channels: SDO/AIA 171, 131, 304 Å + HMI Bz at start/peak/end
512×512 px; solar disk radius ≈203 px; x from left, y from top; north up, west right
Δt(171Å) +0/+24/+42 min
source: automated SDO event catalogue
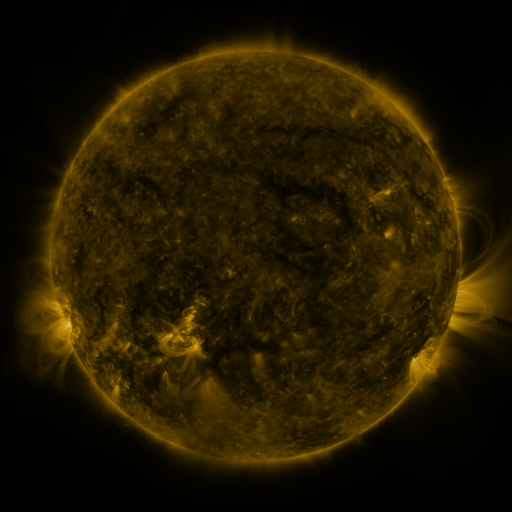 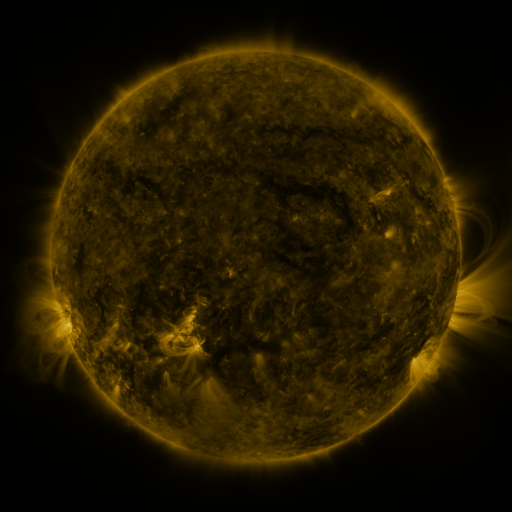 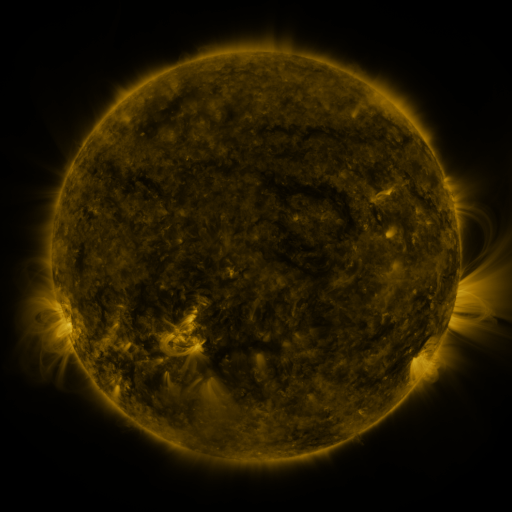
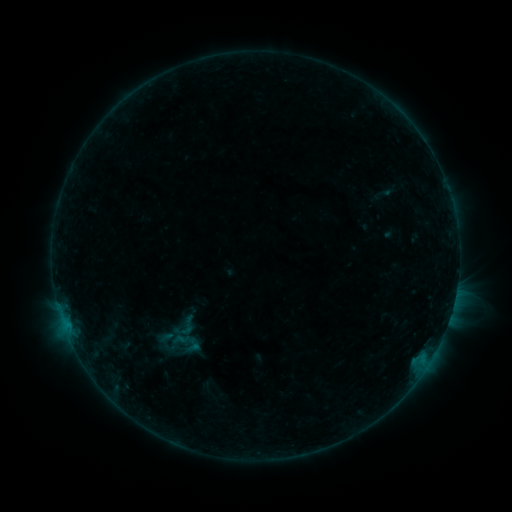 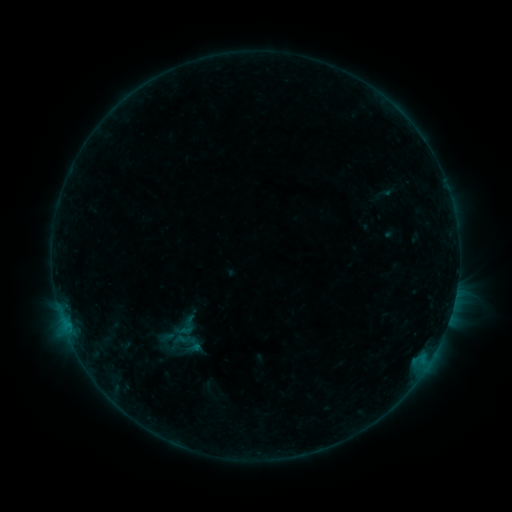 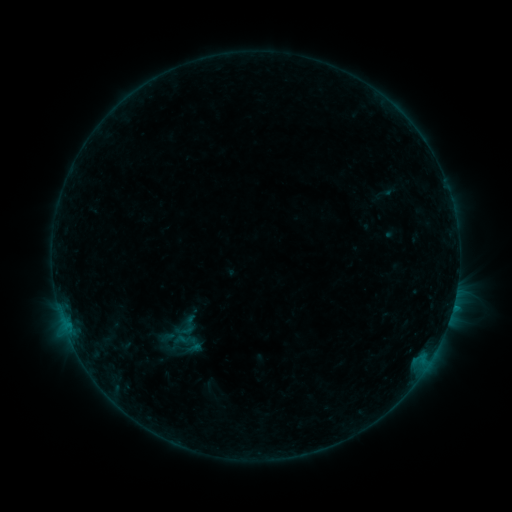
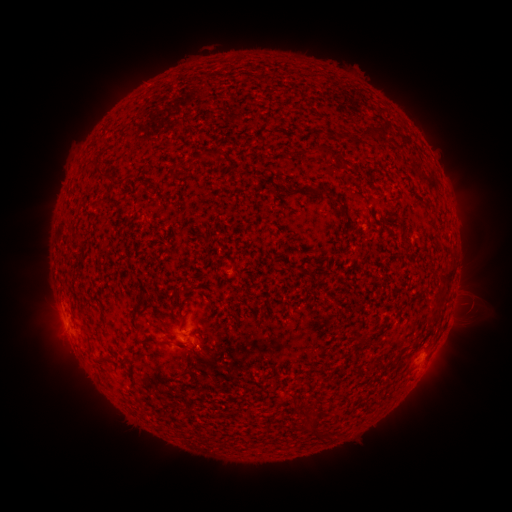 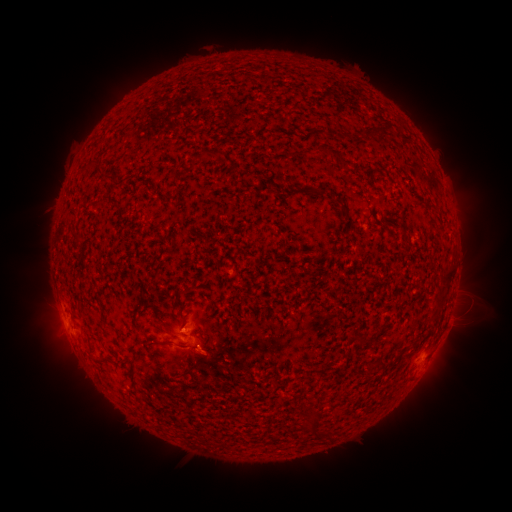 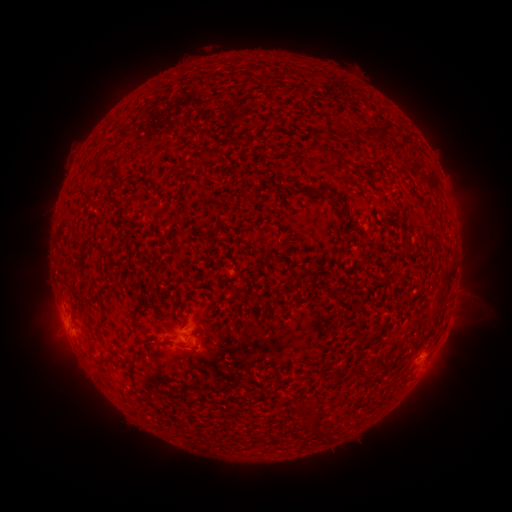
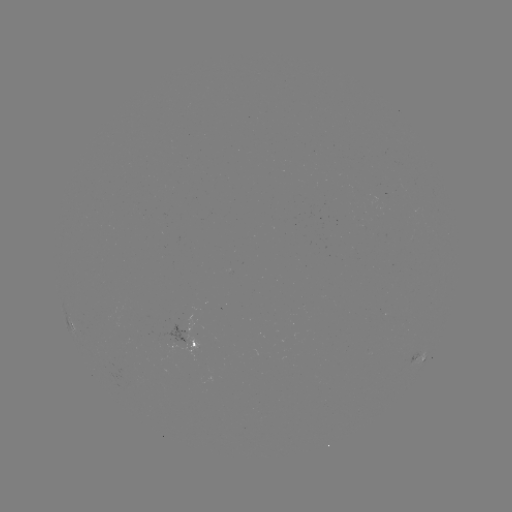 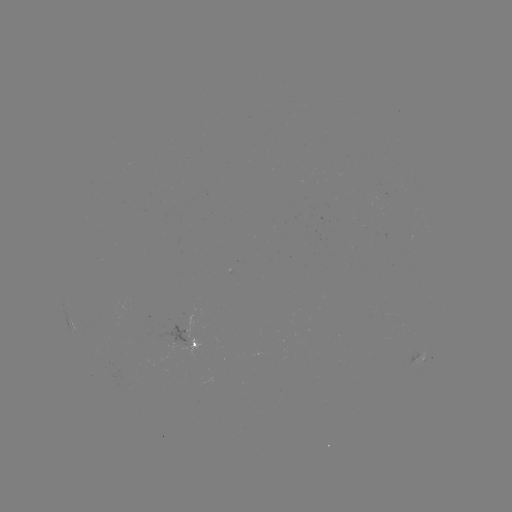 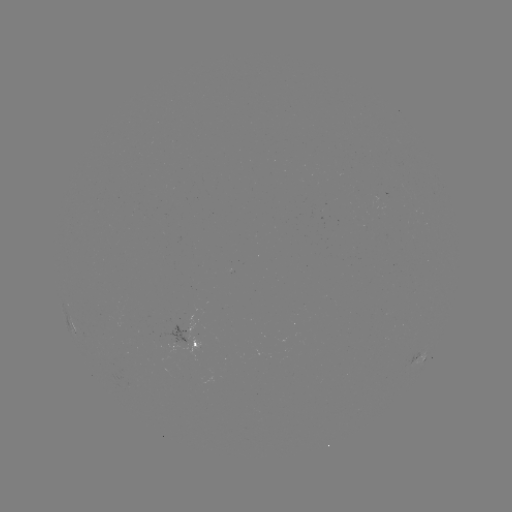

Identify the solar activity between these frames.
no classed flare was catalogued and no EUV brightening was flagged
